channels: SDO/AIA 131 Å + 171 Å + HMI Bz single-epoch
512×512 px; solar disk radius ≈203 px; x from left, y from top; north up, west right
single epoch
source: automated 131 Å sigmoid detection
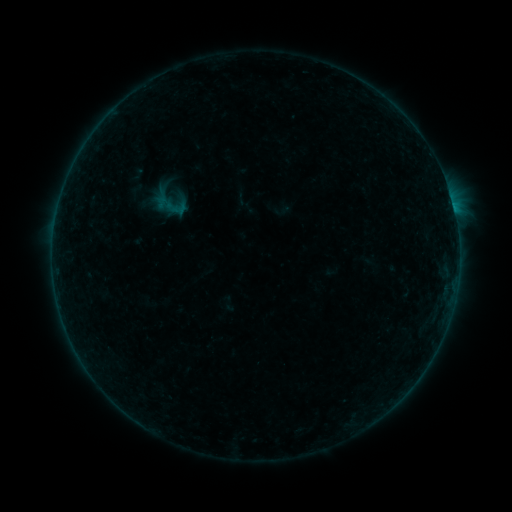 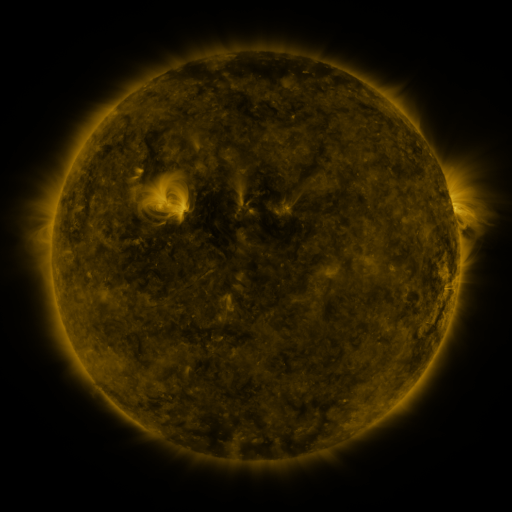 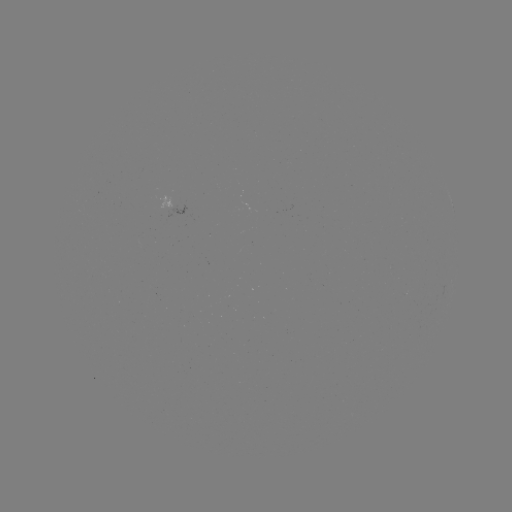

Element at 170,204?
sigmoid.